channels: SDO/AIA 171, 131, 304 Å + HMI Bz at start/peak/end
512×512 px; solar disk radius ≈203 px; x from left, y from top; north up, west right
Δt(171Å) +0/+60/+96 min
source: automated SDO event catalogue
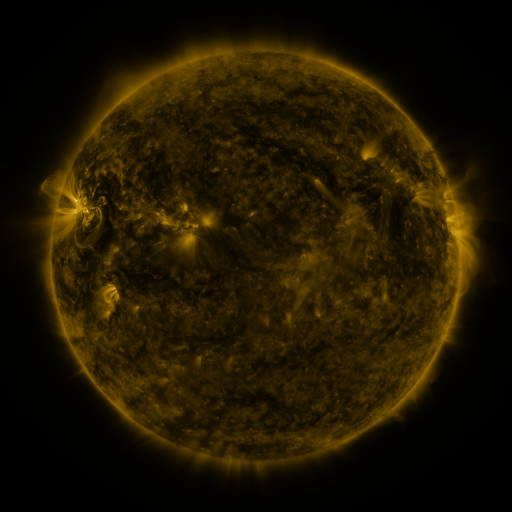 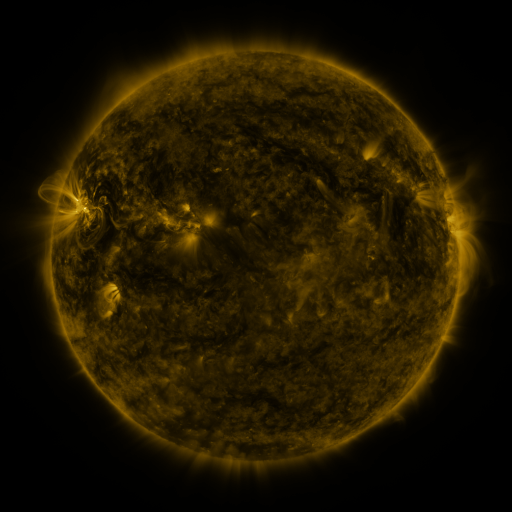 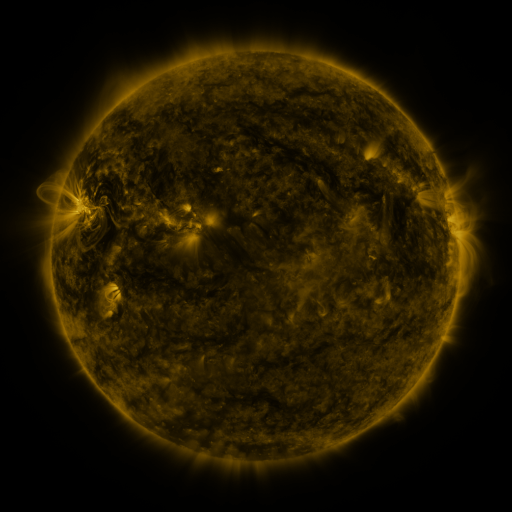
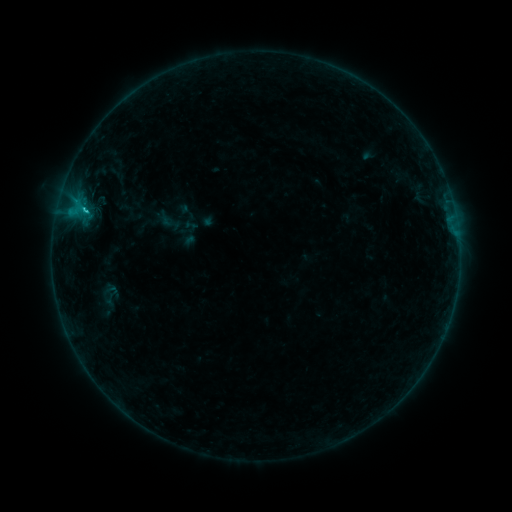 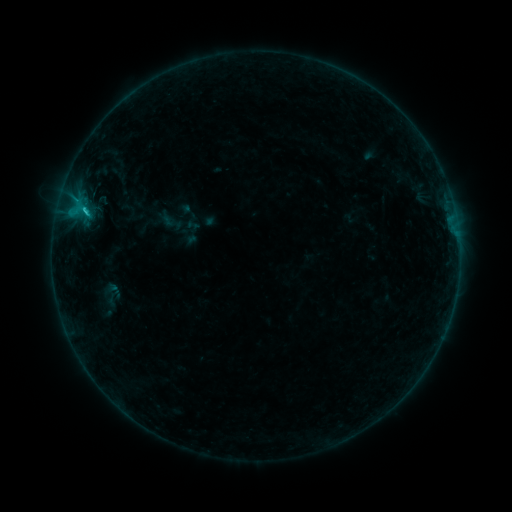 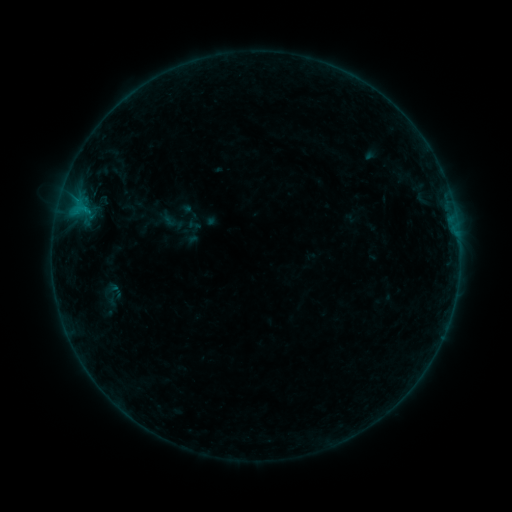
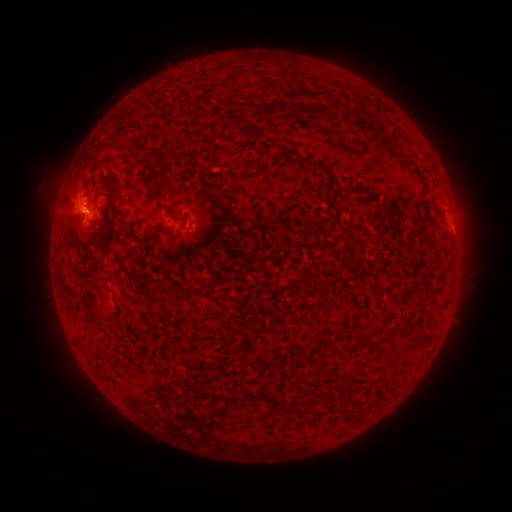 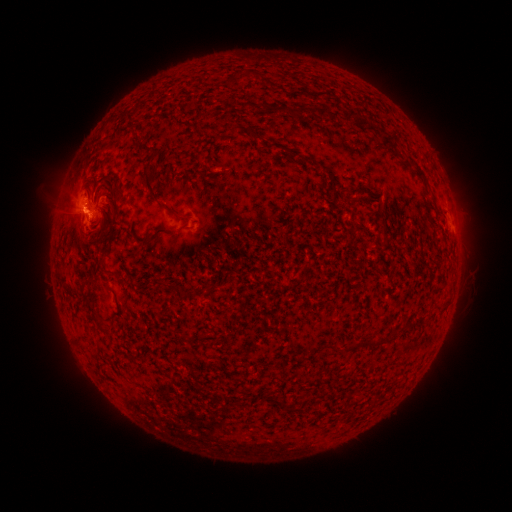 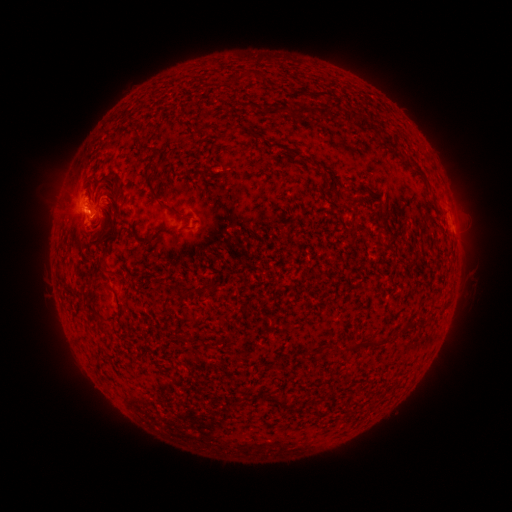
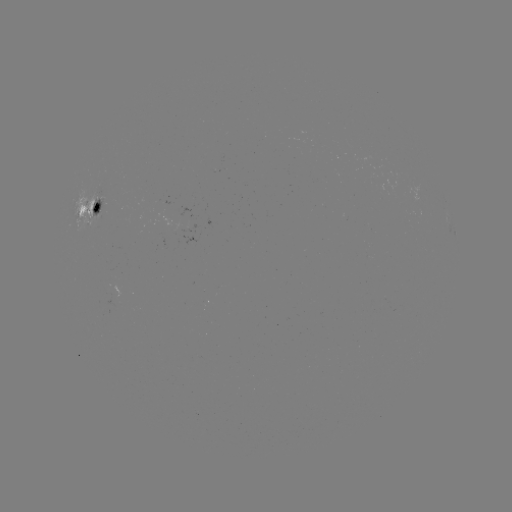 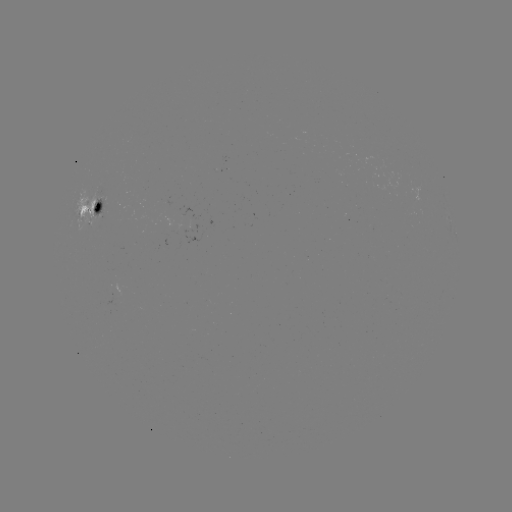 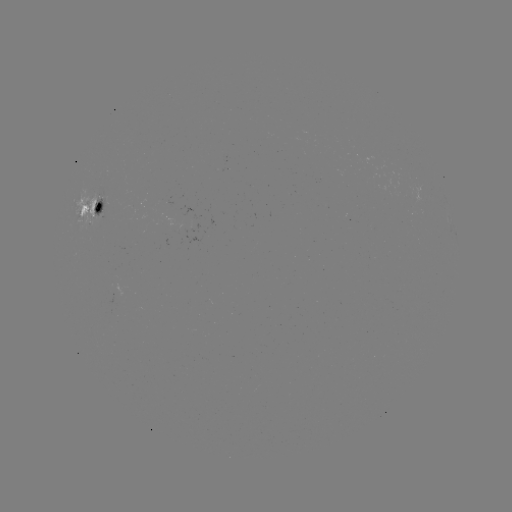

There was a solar emerging-flux region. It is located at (192, 229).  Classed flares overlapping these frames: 2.